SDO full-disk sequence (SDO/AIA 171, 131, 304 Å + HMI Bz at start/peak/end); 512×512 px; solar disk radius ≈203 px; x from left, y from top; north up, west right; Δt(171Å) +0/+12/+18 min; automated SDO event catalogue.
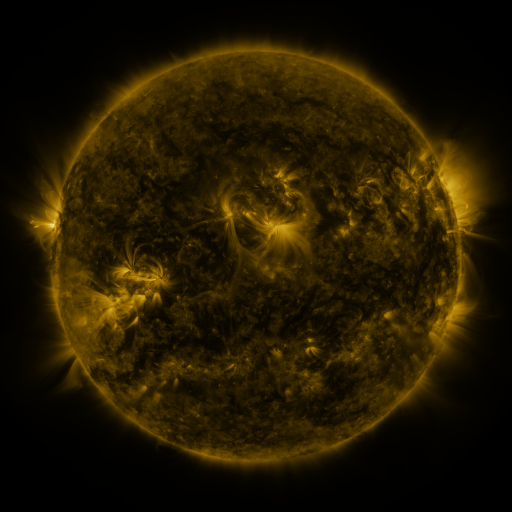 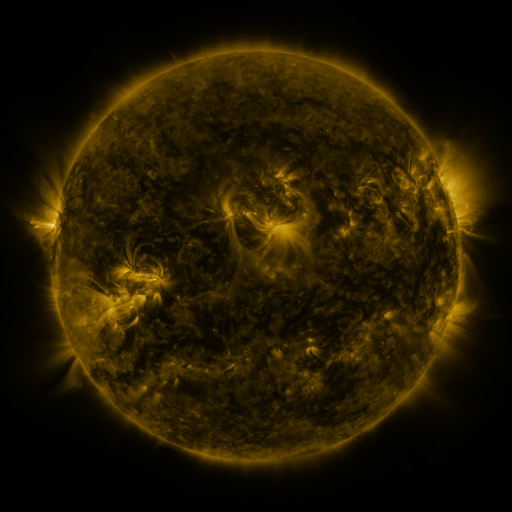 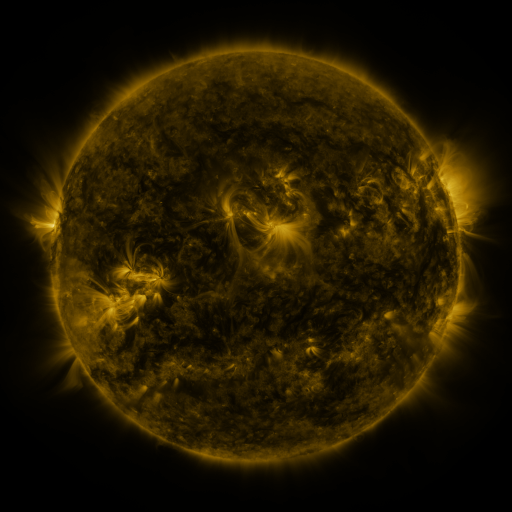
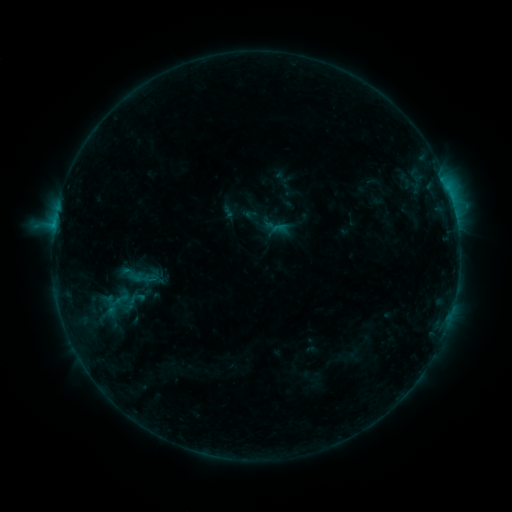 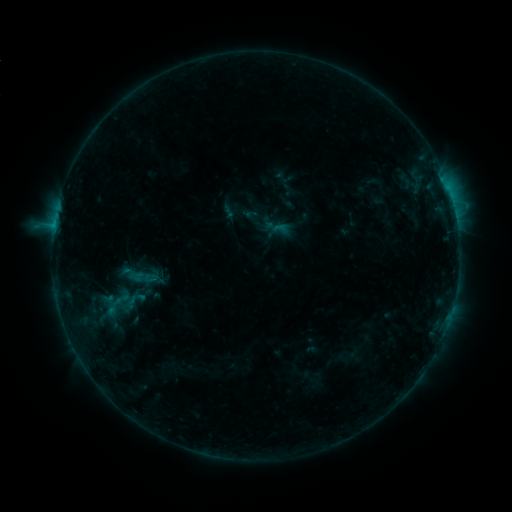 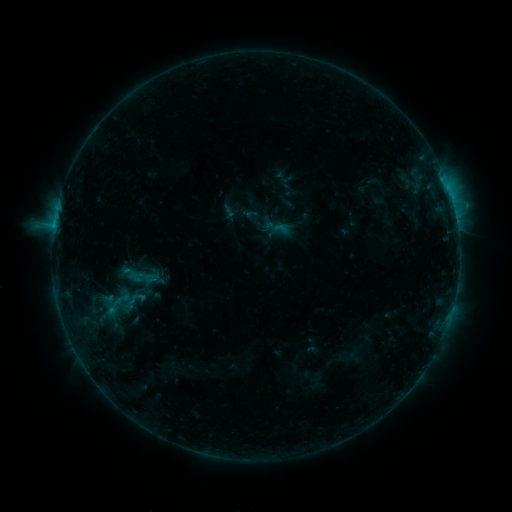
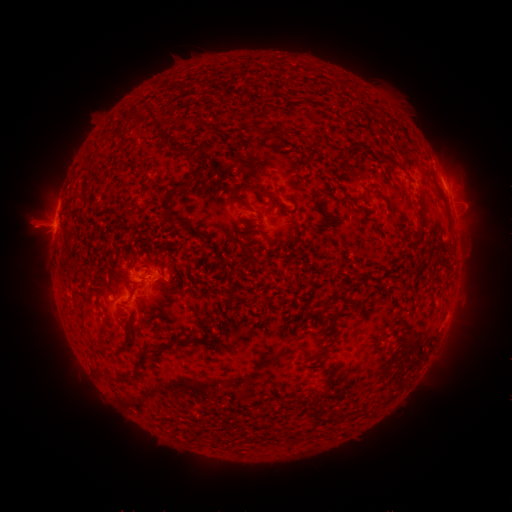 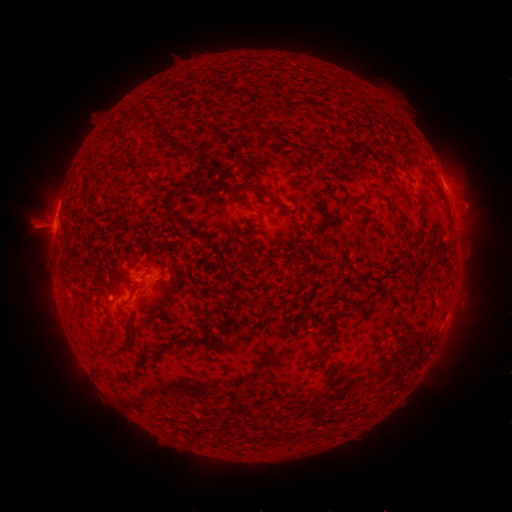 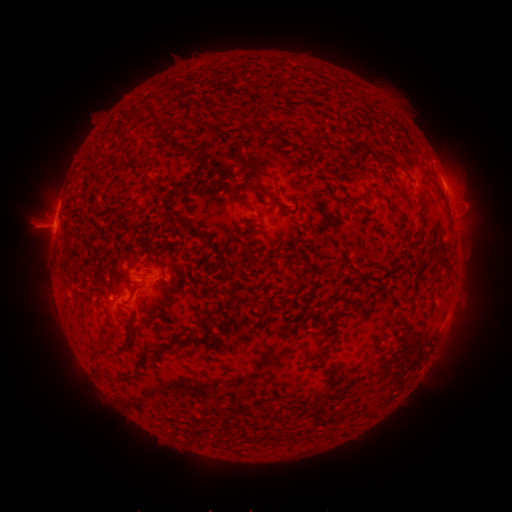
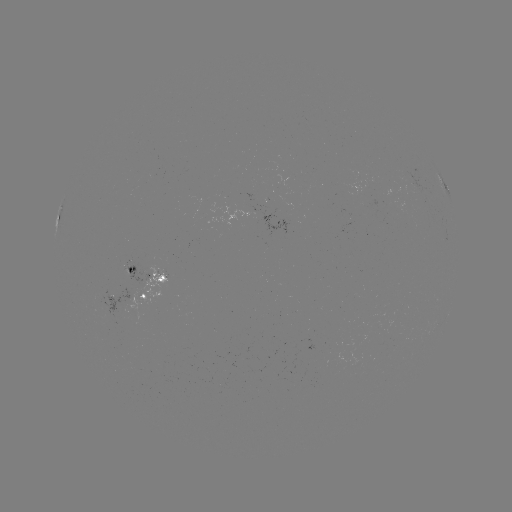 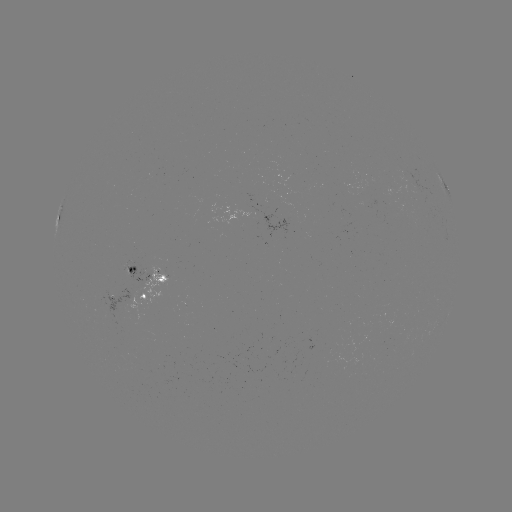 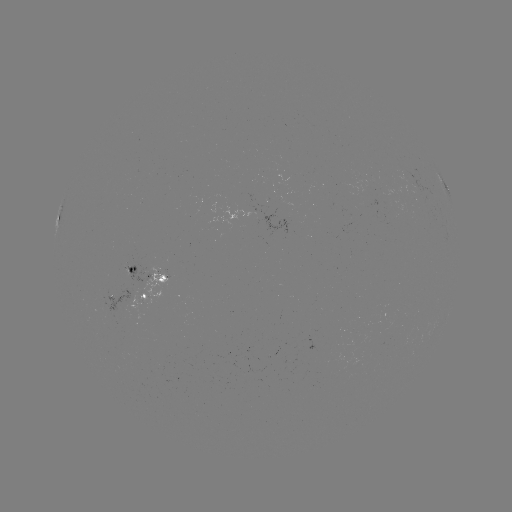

nothing was catalogued: no classed flare, no EUV trigger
